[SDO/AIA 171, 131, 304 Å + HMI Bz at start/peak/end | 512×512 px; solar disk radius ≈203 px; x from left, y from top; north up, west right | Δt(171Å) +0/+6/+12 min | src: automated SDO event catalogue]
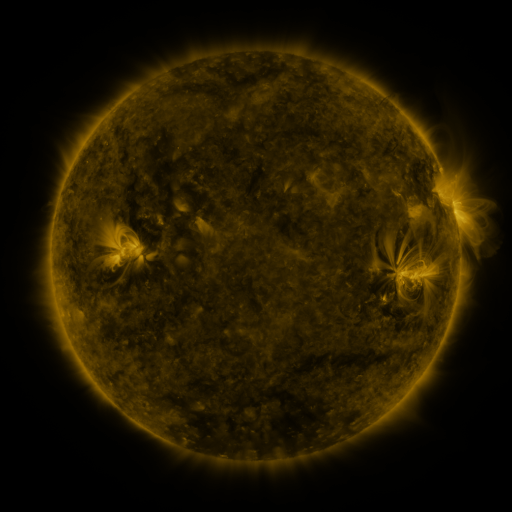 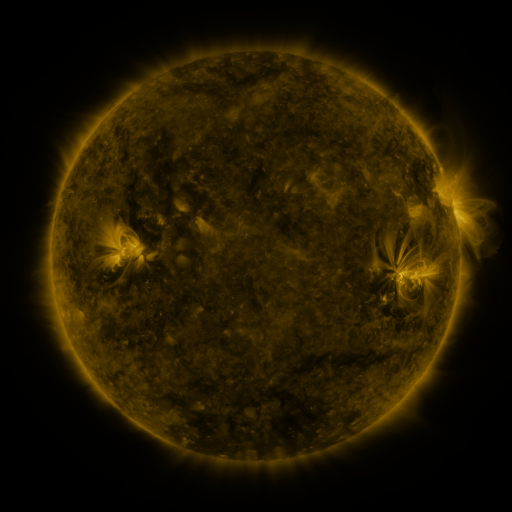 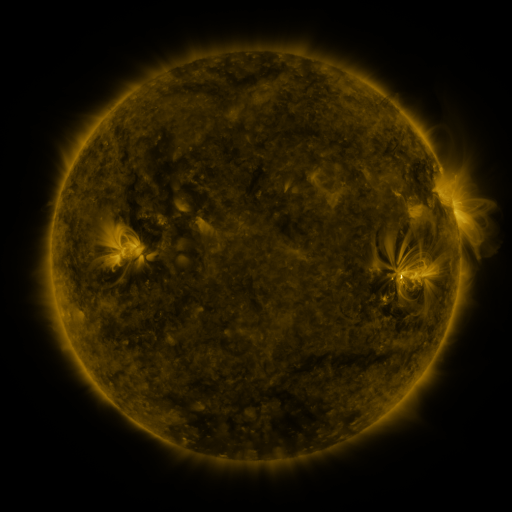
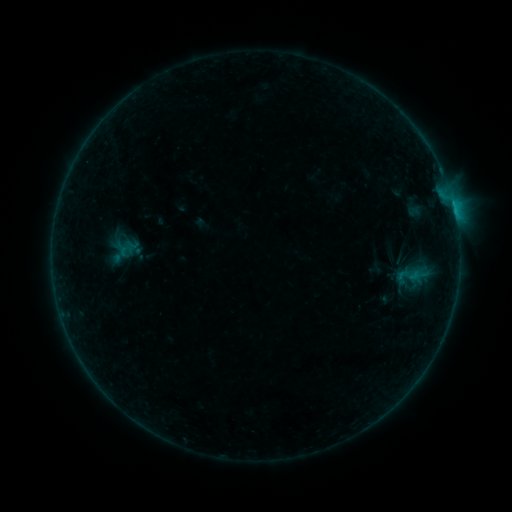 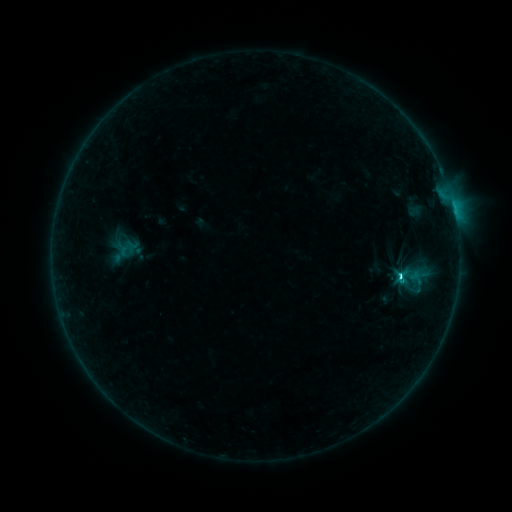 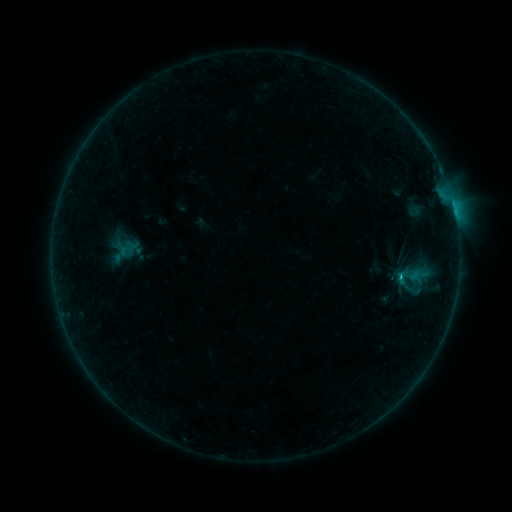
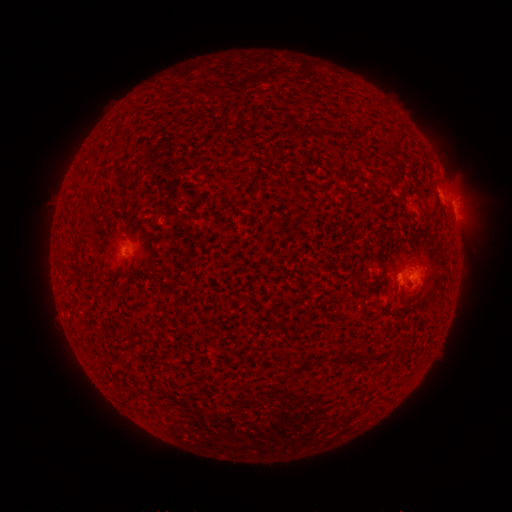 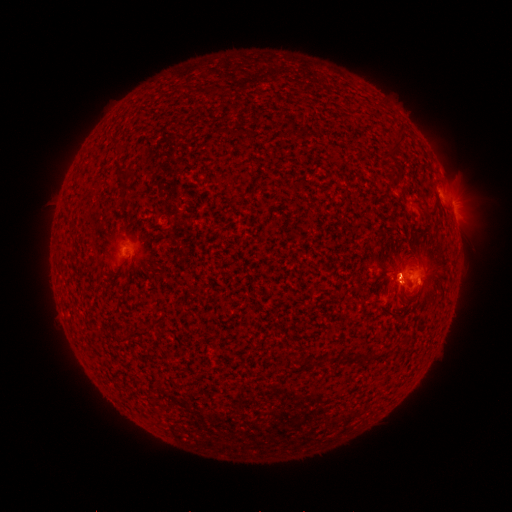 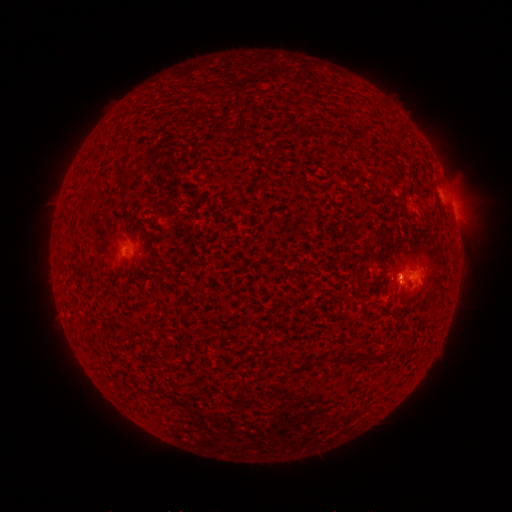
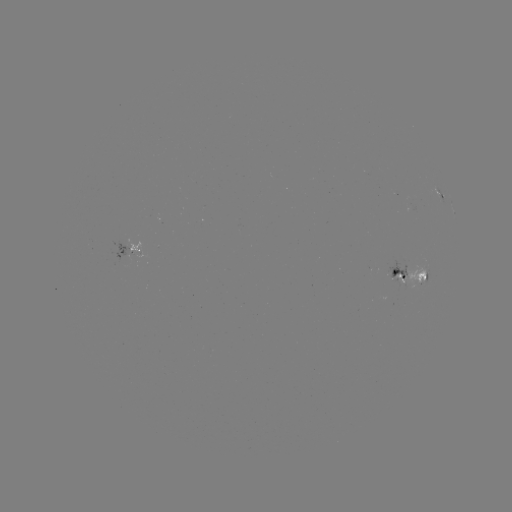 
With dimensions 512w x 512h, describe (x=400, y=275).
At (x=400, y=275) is C2.1 flare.